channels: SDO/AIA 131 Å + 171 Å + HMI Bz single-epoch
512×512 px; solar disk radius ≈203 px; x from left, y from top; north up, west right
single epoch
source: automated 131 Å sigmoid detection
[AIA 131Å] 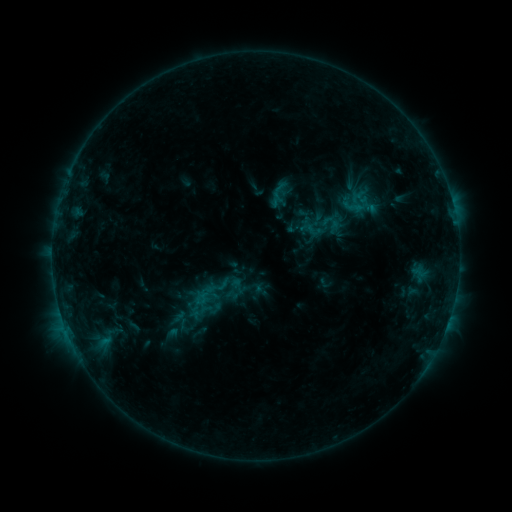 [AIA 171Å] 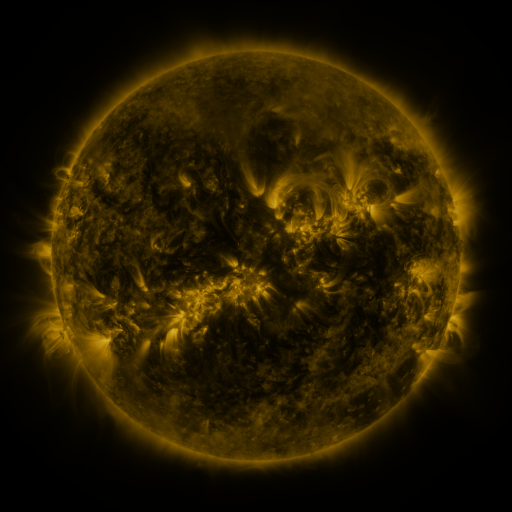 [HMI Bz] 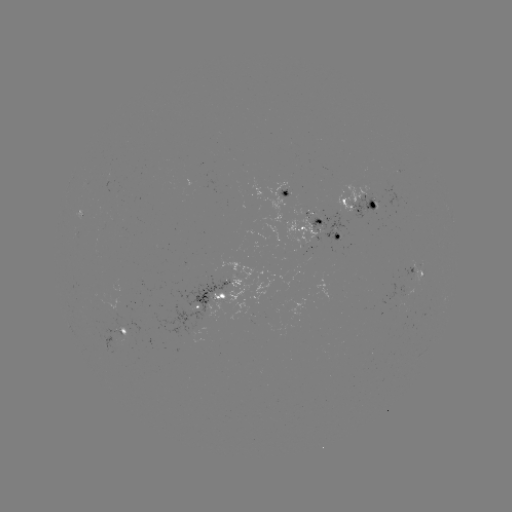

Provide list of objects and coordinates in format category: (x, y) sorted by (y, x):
sigmoid: (354, 207)
sigmoid: (214, 294)
